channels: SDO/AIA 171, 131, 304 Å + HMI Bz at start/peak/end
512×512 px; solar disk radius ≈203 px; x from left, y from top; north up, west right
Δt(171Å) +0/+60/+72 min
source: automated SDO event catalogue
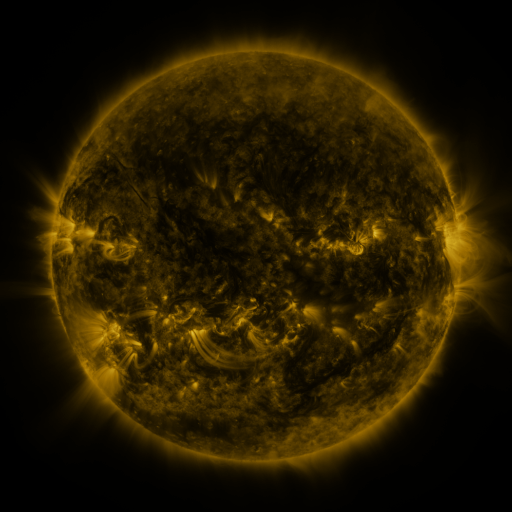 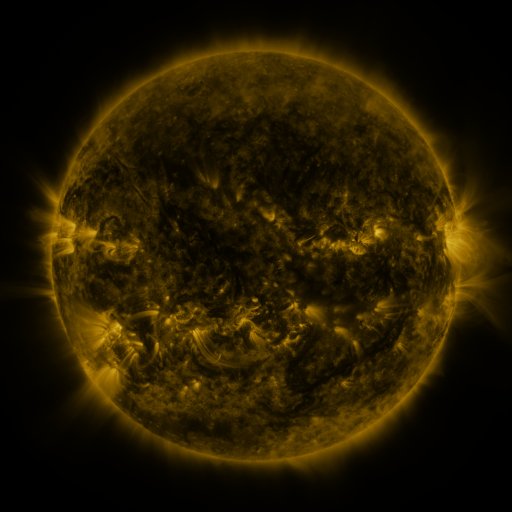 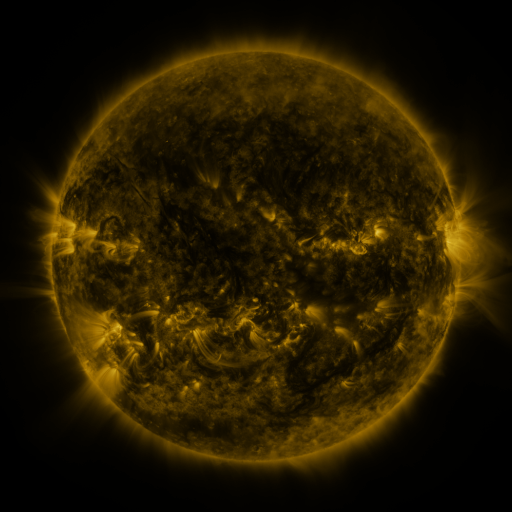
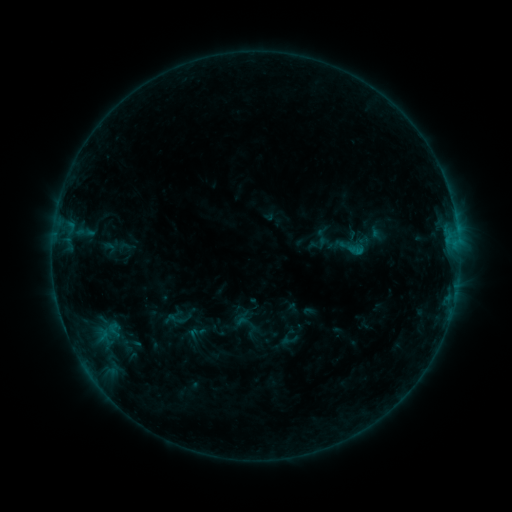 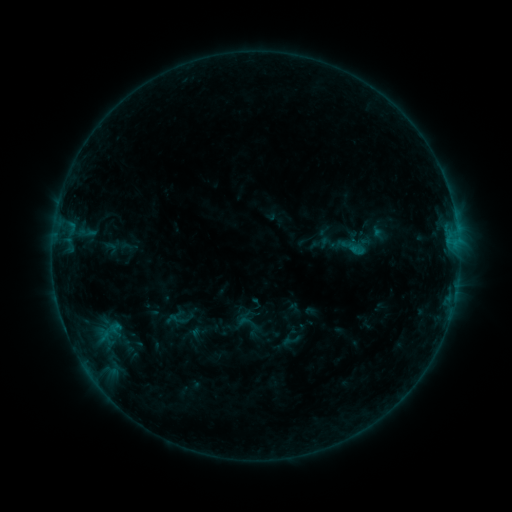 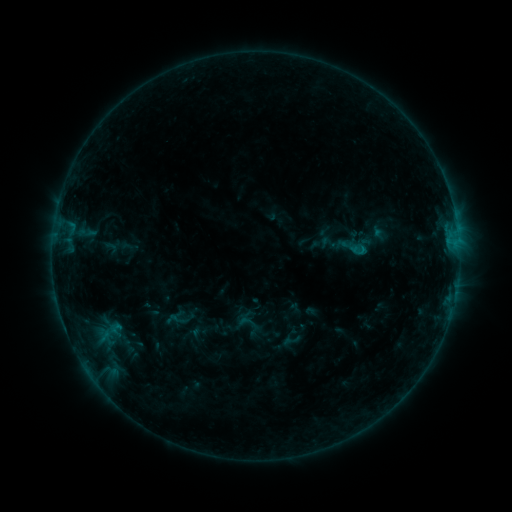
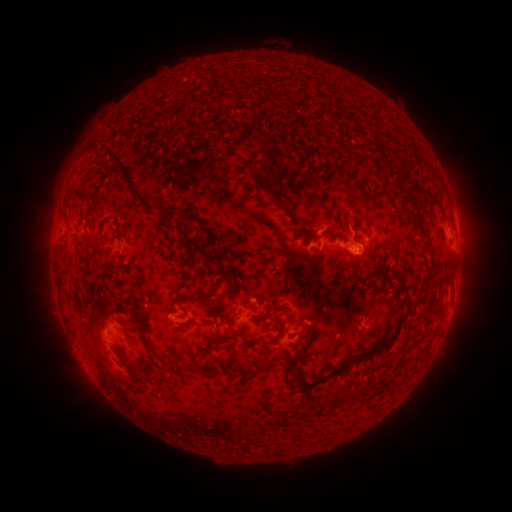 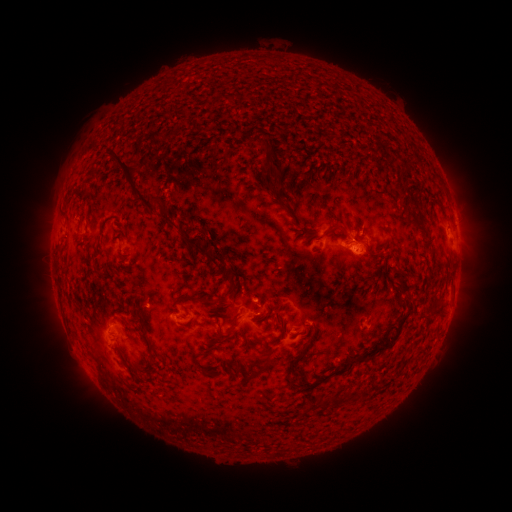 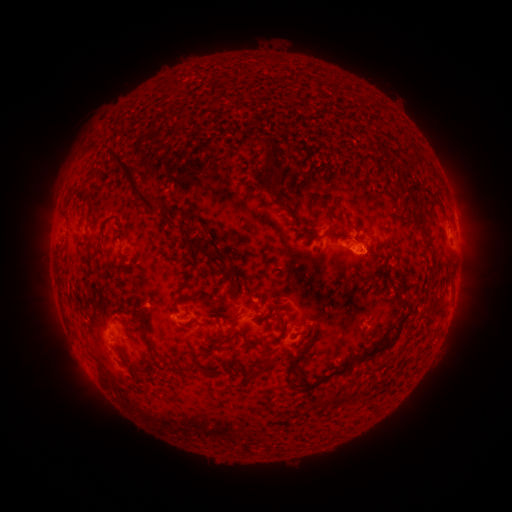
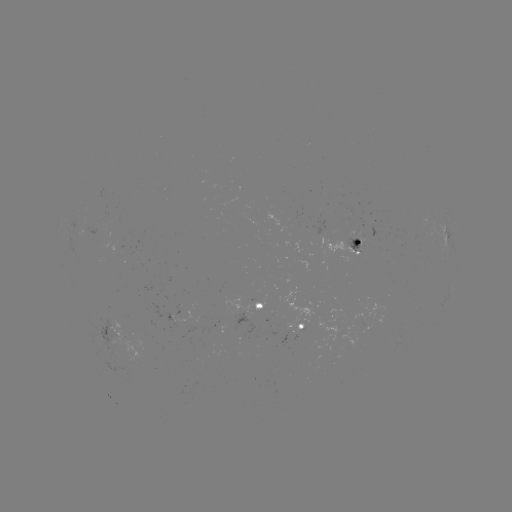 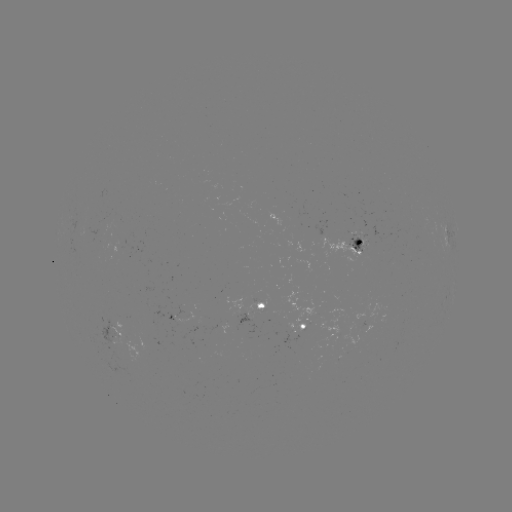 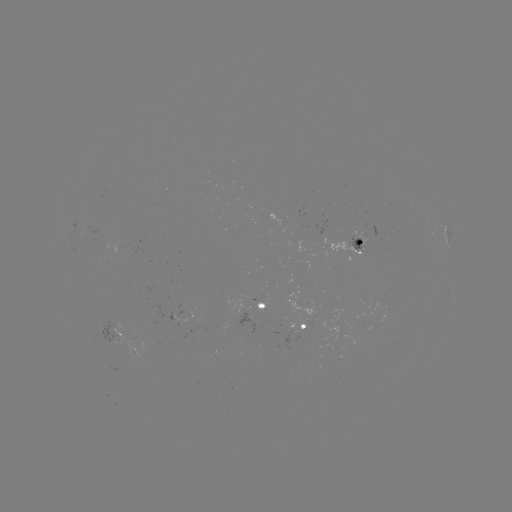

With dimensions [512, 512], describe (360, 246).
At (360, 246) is emerging-flux region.